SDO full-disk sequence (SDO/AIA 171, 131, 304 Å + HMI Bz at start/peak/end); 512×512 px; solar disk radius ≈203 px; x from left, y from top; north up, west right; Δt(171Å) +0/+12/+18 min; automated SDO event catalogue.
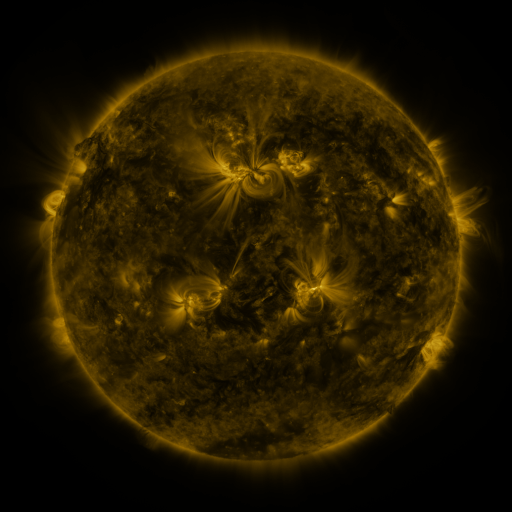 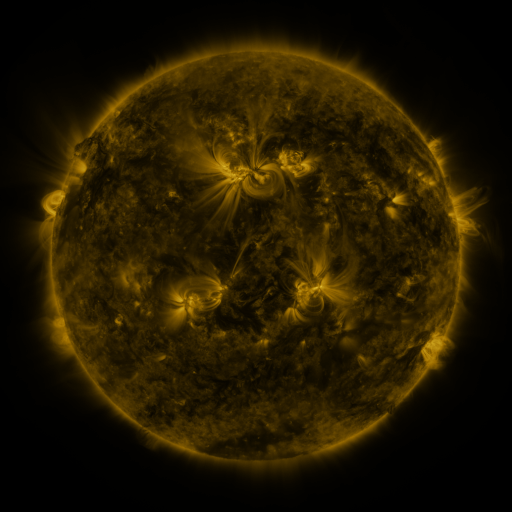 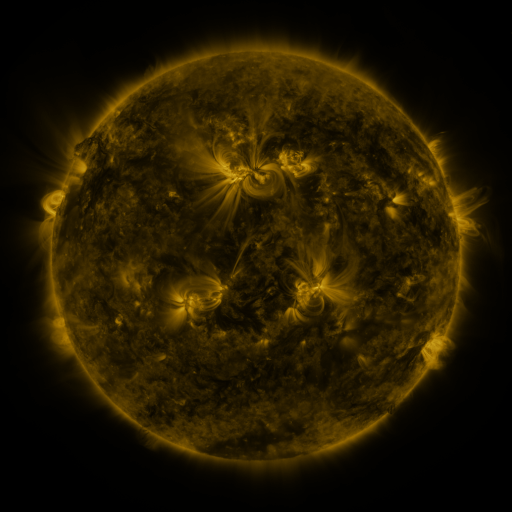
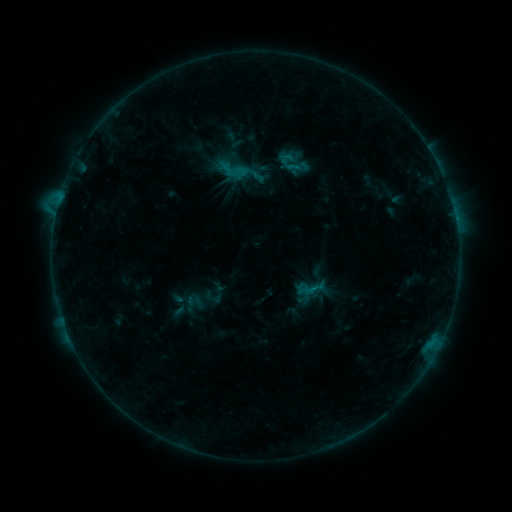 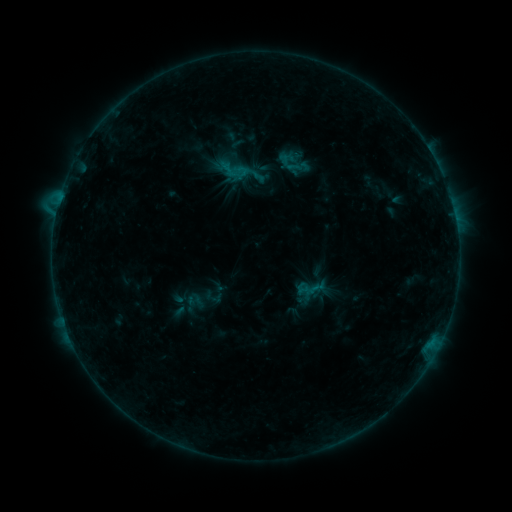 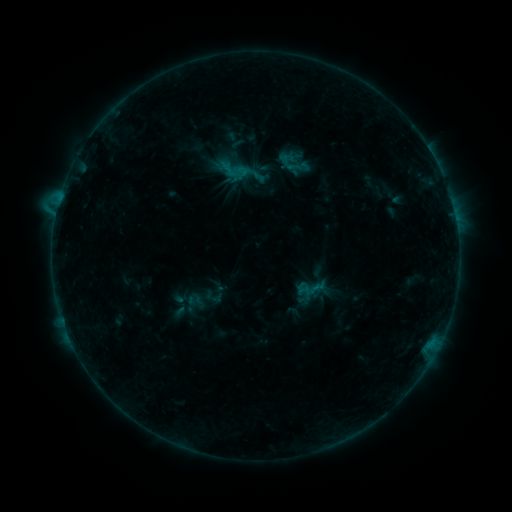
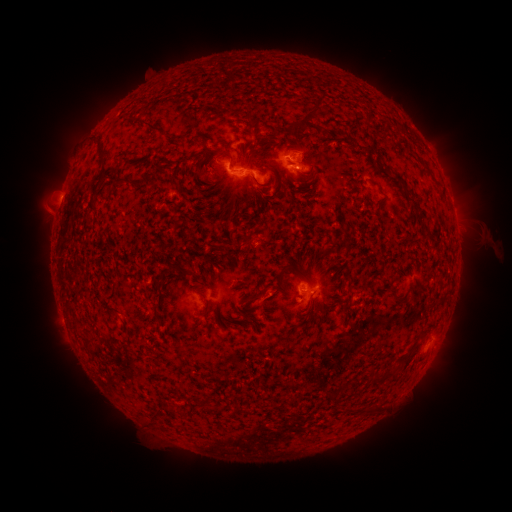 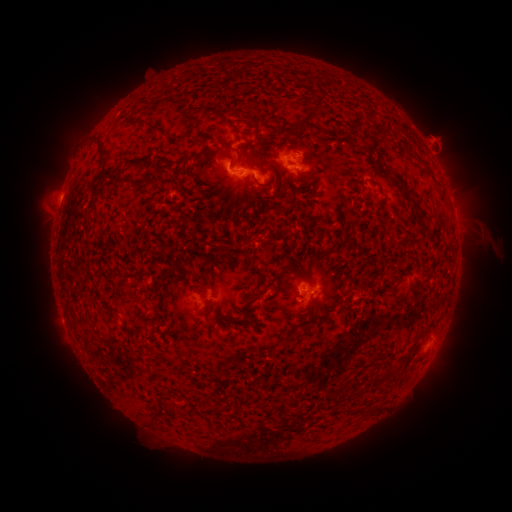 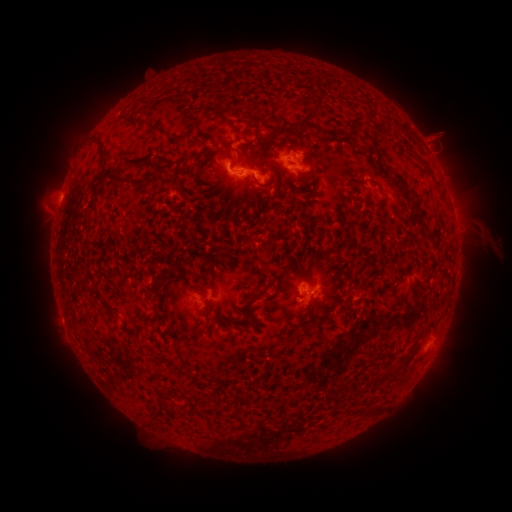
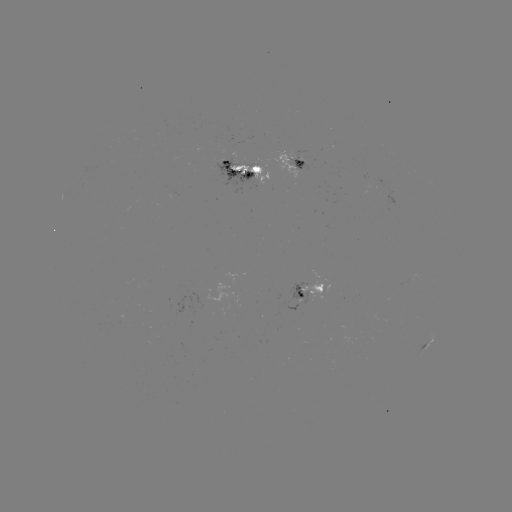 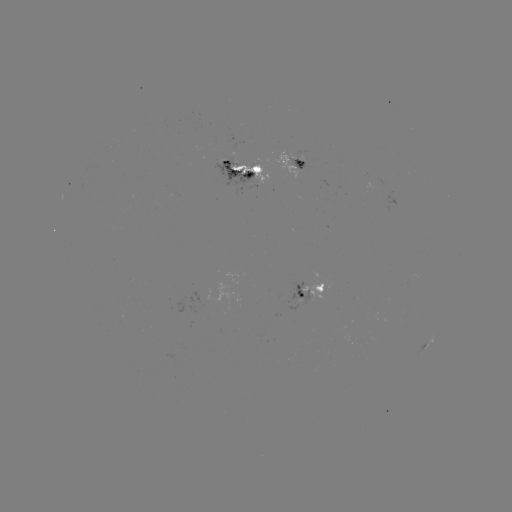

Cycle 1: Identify eruption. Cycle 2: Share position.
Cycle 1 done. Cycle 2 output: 440,138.